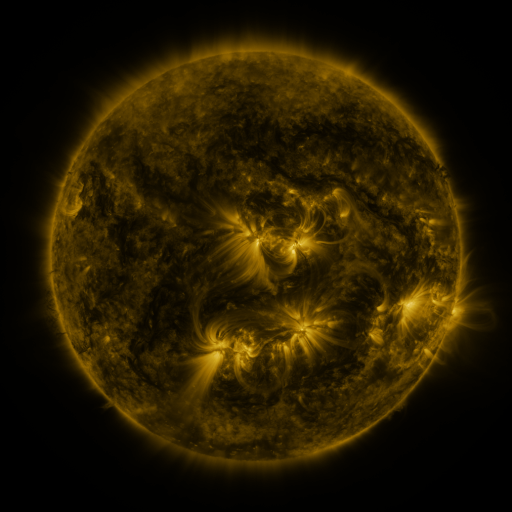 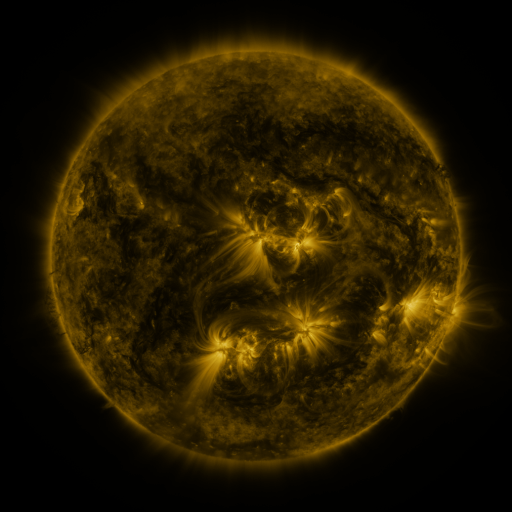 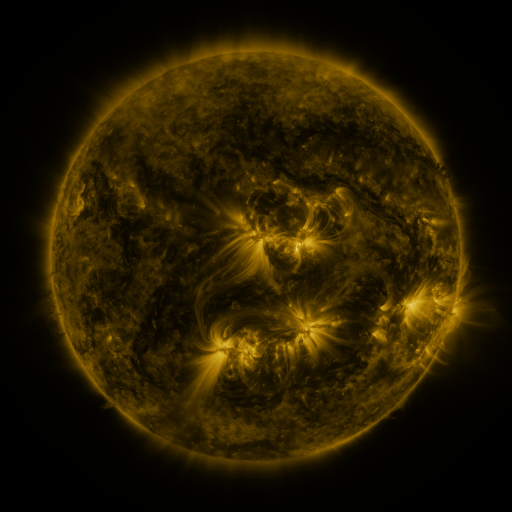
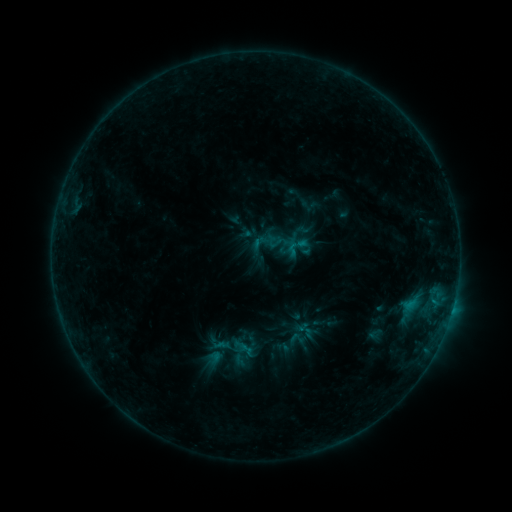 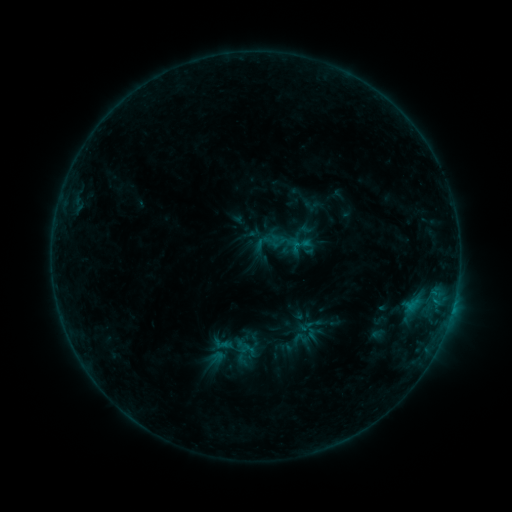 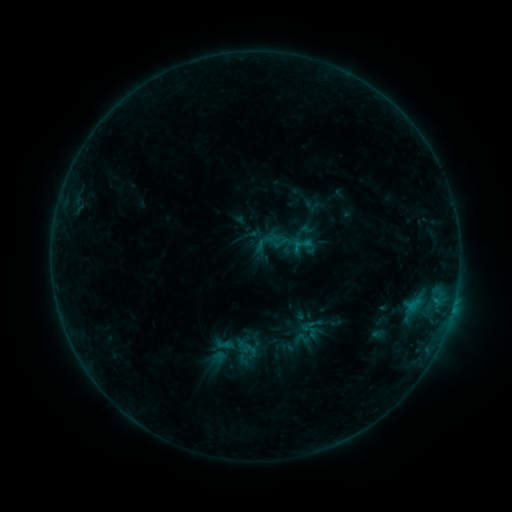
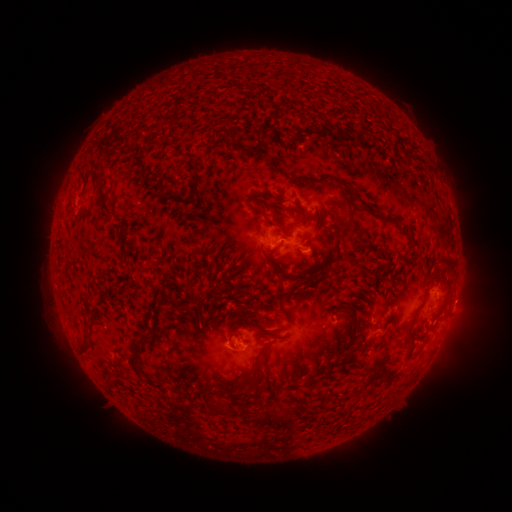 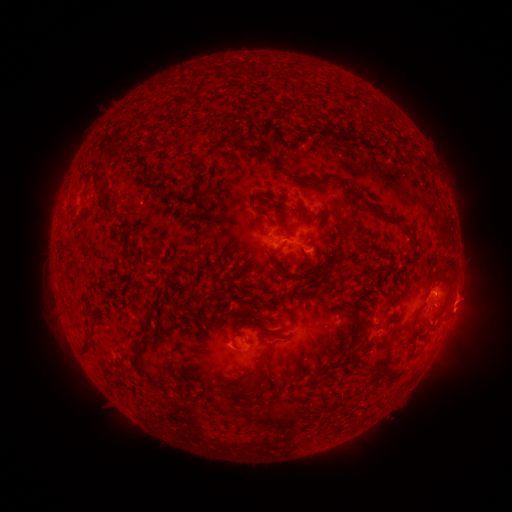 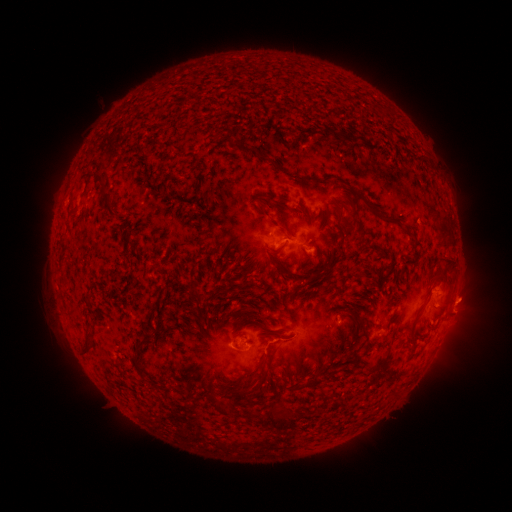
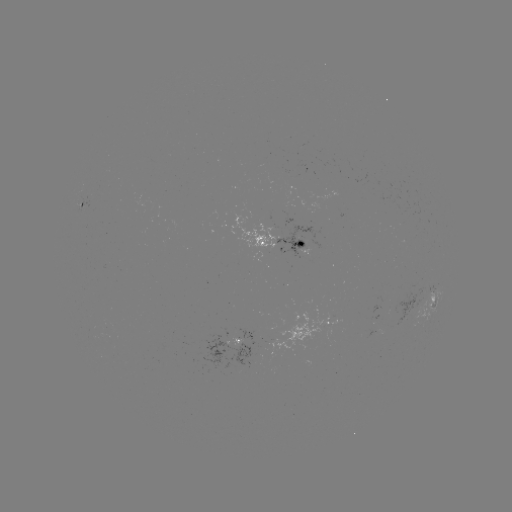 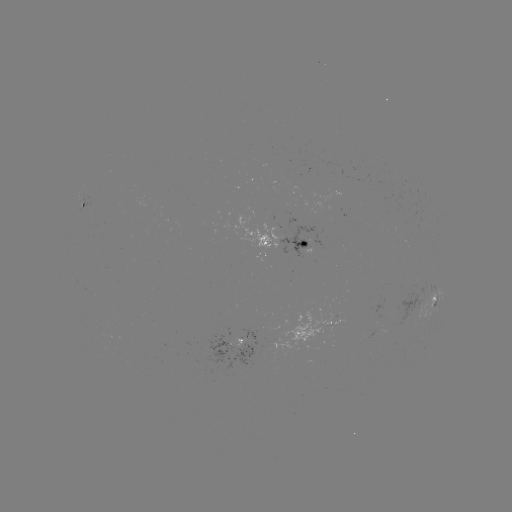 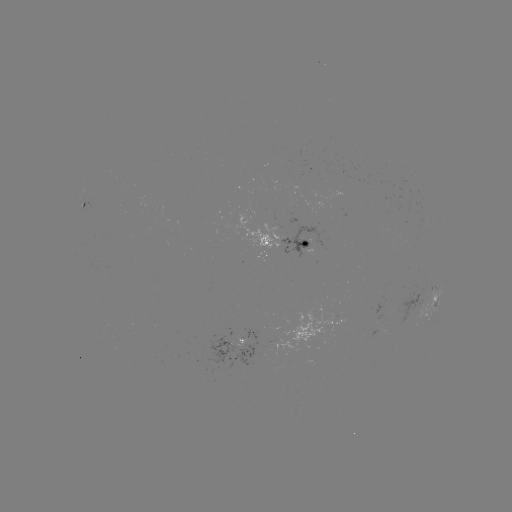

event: emerging-flux region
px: (414, 313)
